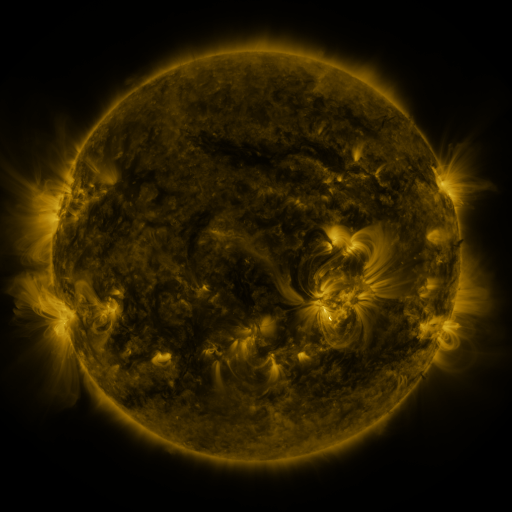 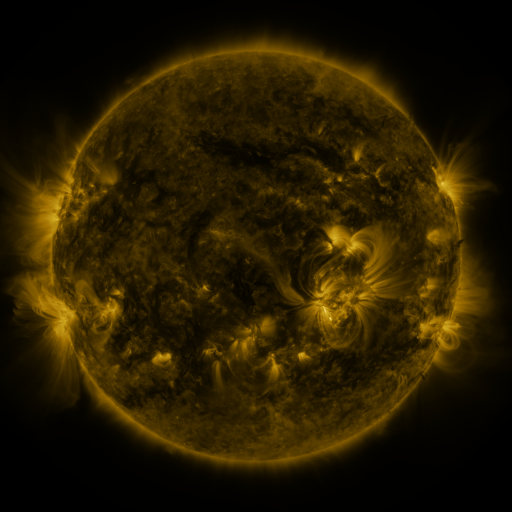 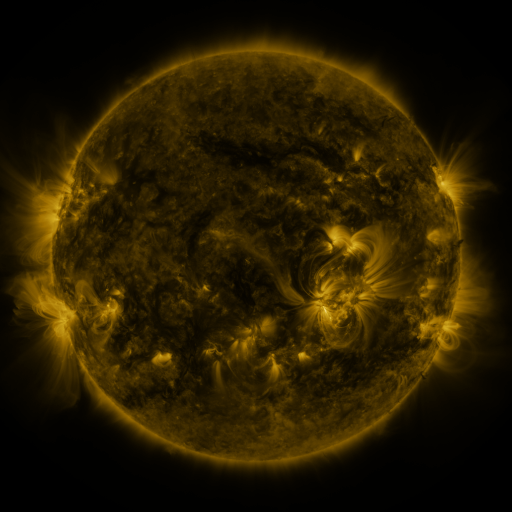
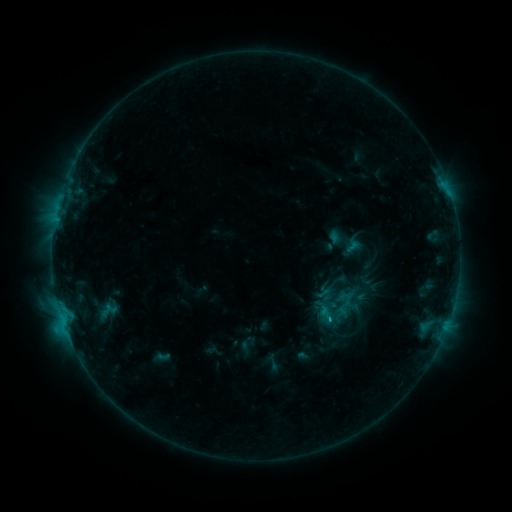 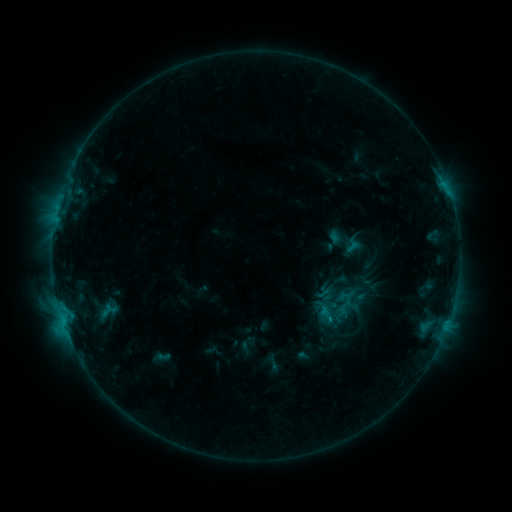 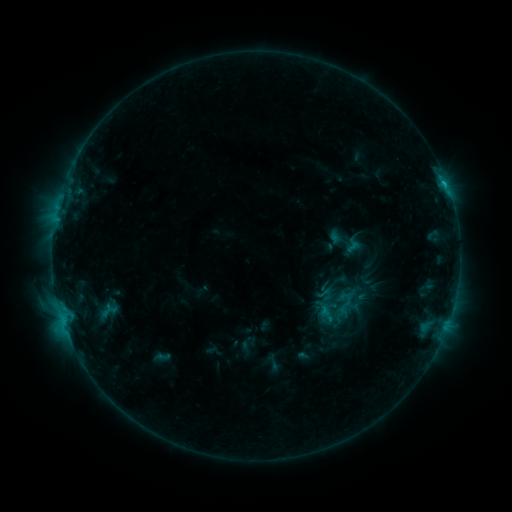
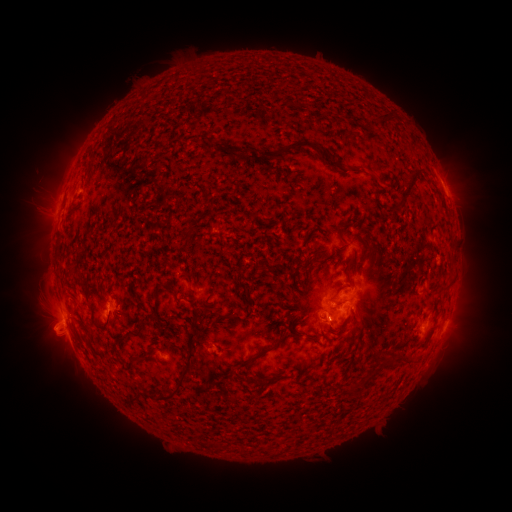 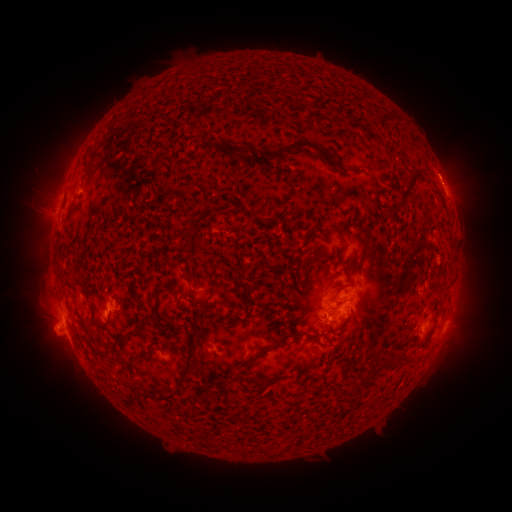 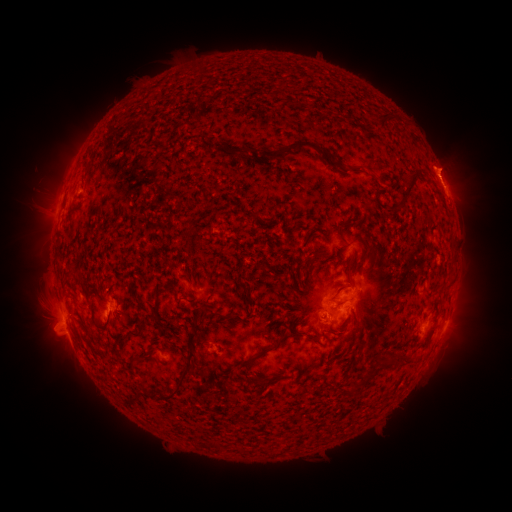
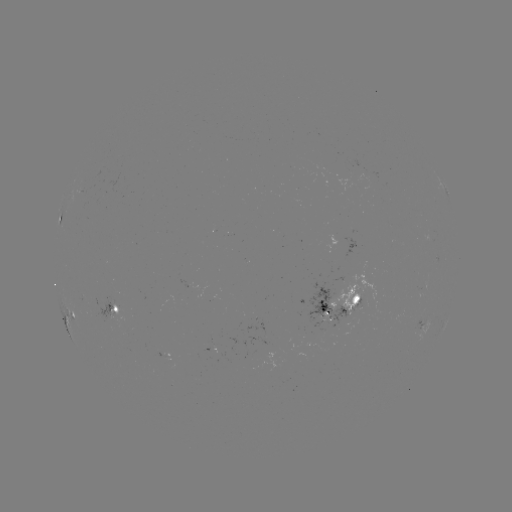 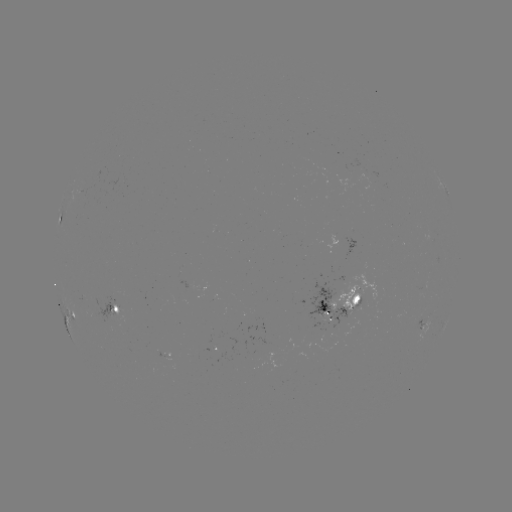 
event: flare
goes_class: C1.4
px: (444, 184)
